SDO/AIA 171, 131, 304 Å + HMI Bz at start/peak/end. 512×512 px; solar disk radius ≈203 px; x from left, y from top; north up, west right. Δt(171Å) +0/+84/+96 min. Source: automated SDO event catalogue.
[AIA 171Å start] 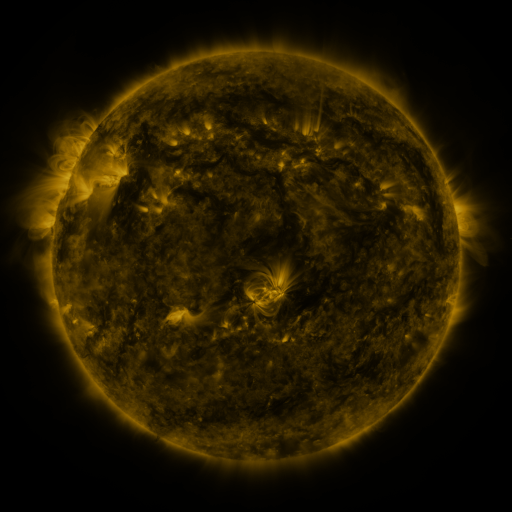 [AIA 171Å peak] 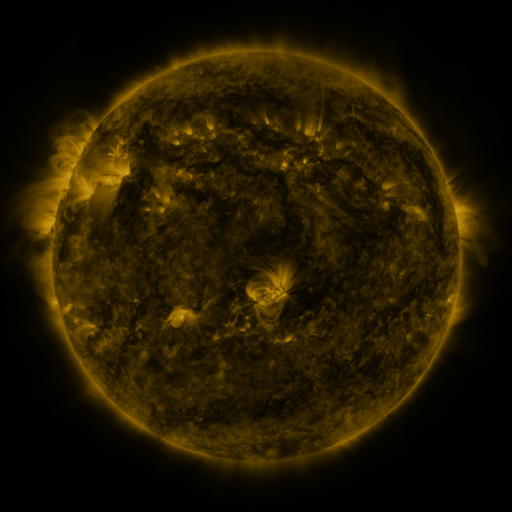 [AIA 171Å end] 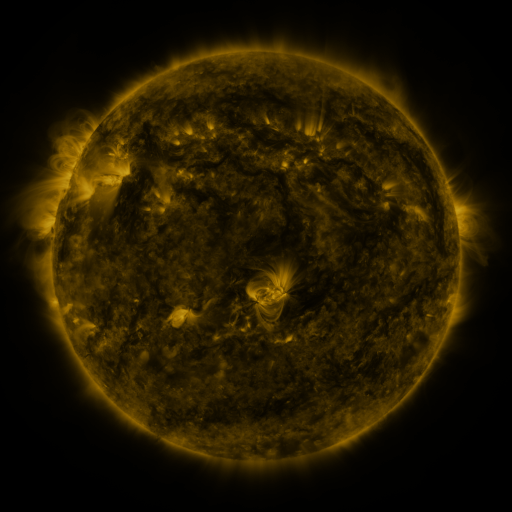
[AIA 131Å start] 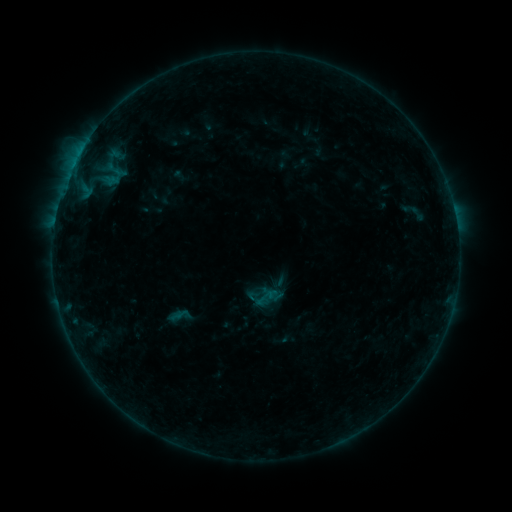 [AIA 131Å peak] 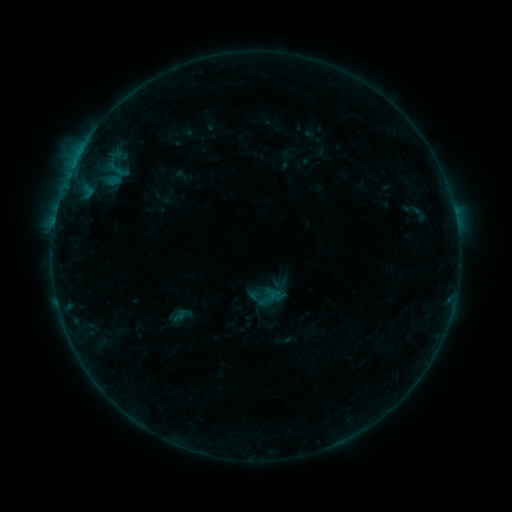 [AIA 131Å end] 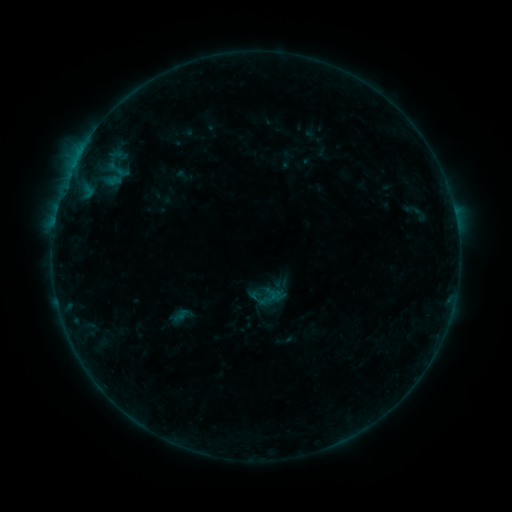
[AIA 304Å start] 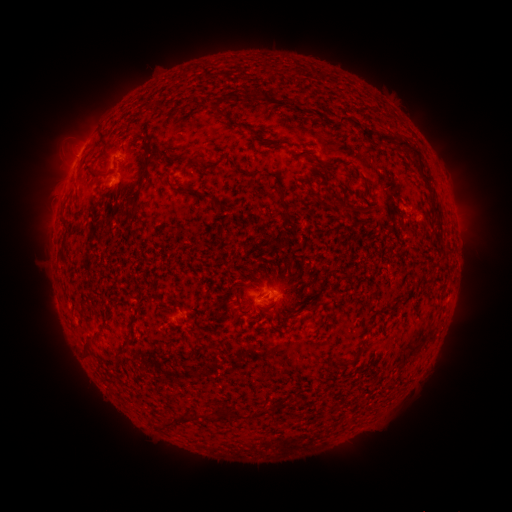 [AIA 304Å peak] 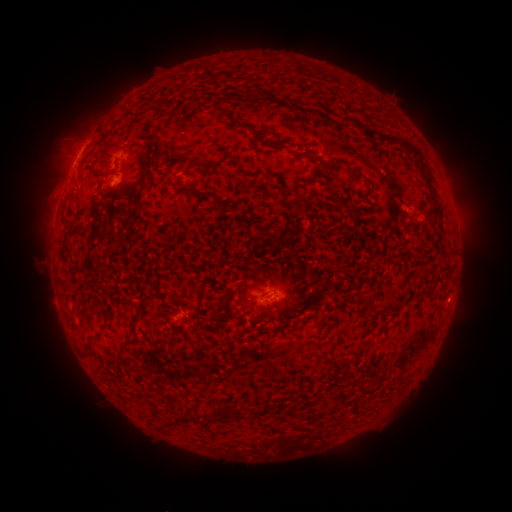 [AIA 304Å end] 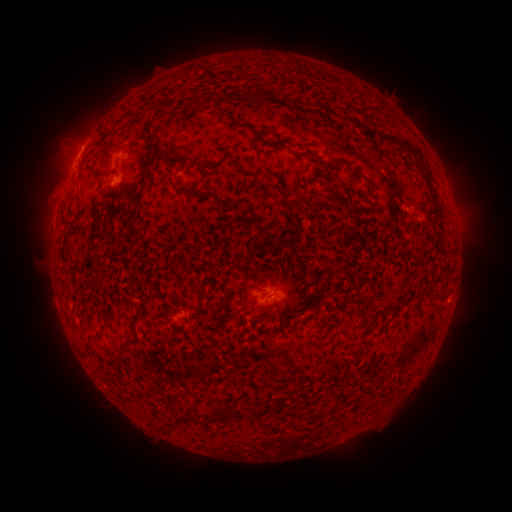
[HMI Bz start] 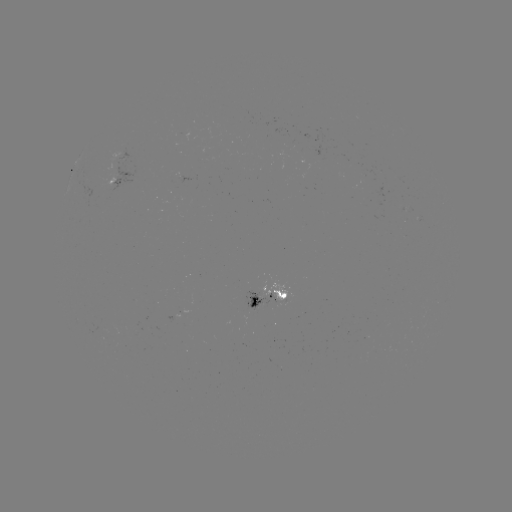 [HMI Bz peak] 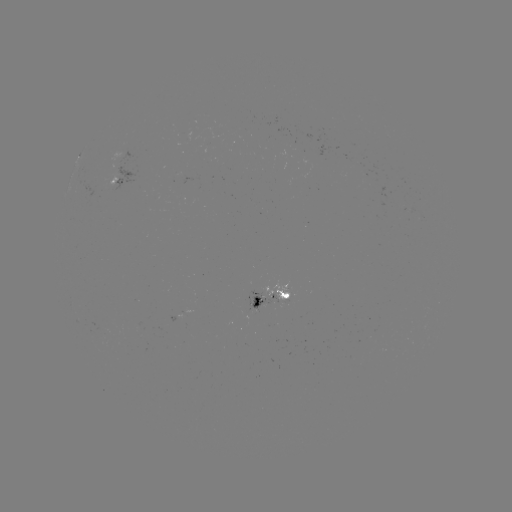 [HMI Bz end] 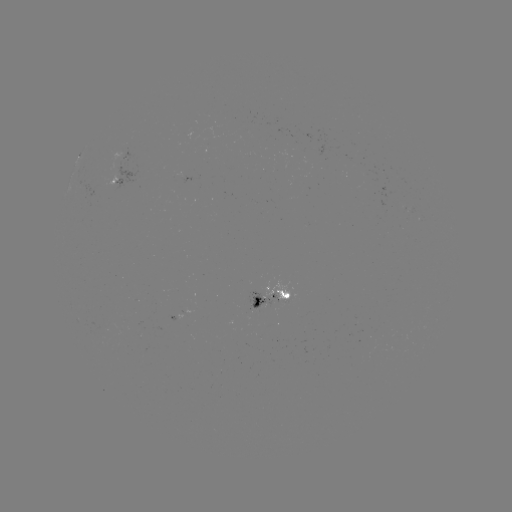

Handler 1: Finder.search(emerging-flux region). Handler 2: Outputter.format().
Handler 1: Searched emerging-flux region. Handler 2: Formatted (262, 296).